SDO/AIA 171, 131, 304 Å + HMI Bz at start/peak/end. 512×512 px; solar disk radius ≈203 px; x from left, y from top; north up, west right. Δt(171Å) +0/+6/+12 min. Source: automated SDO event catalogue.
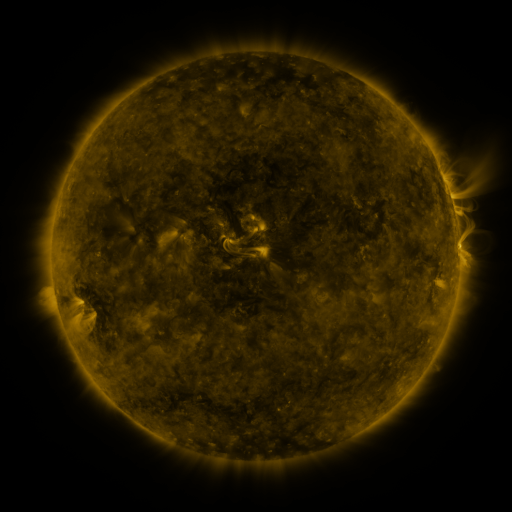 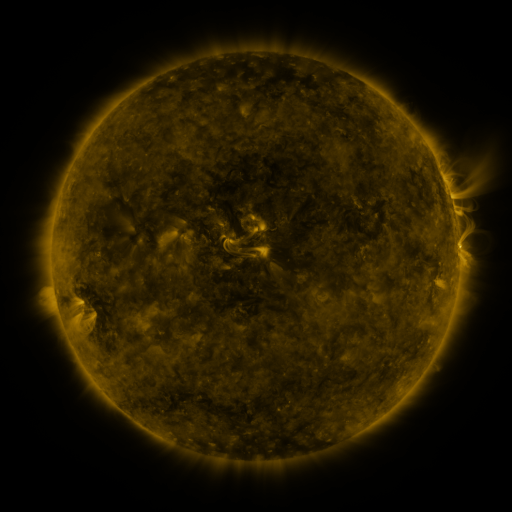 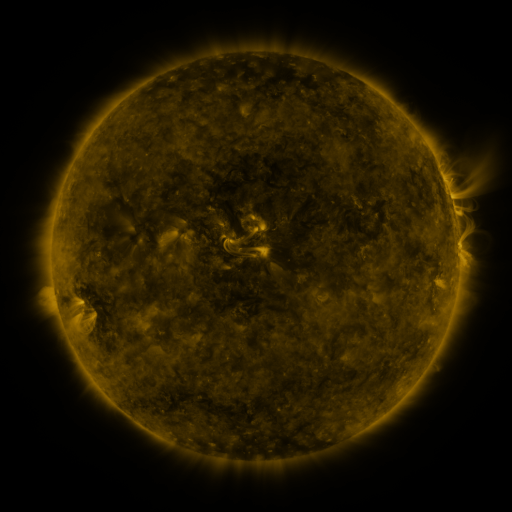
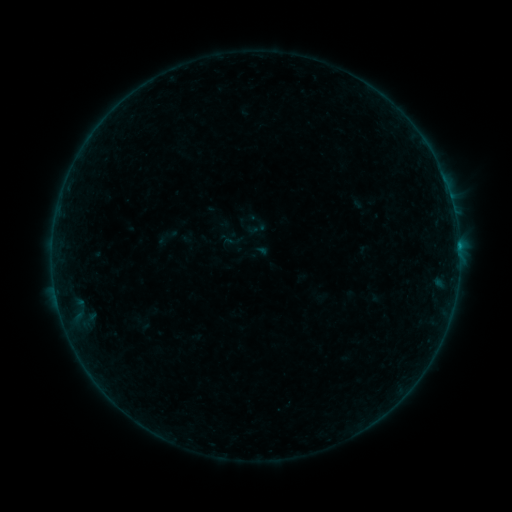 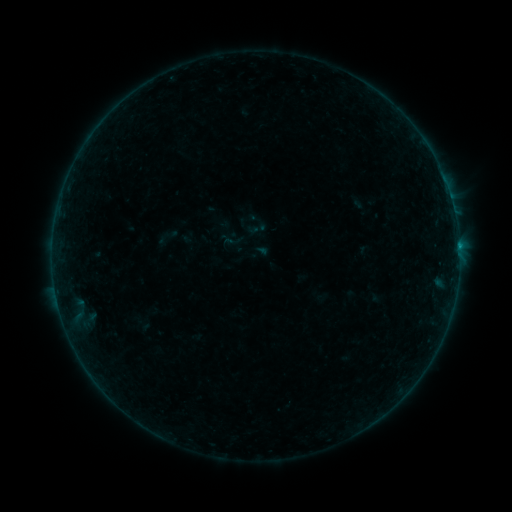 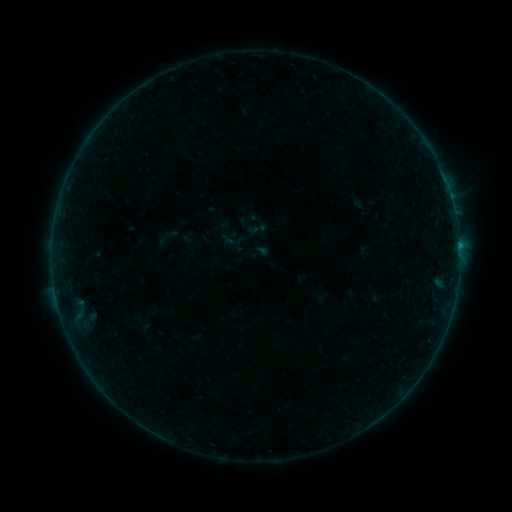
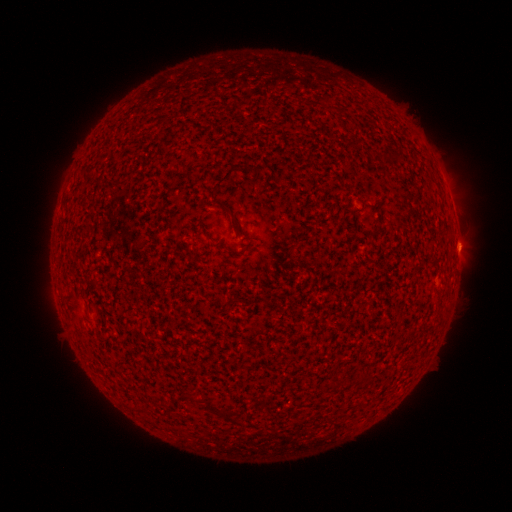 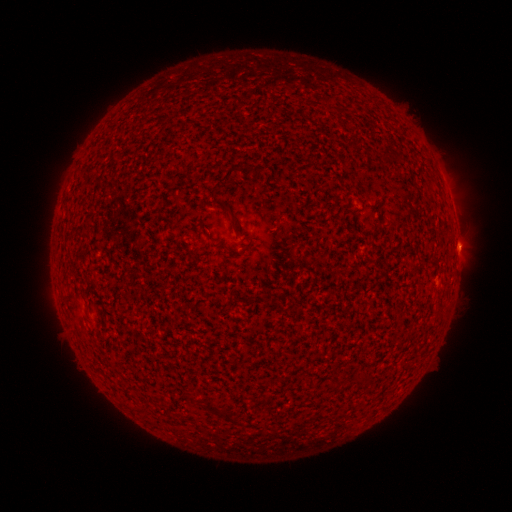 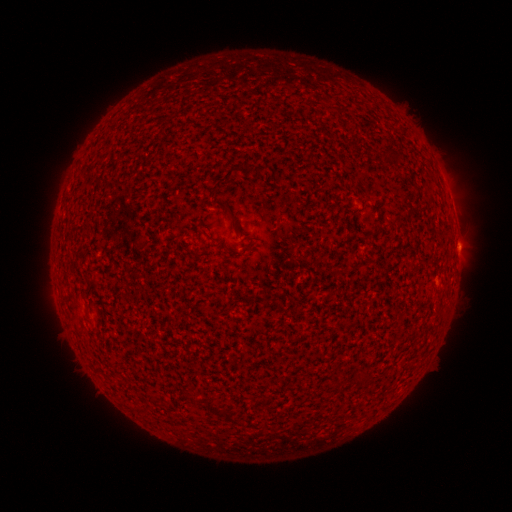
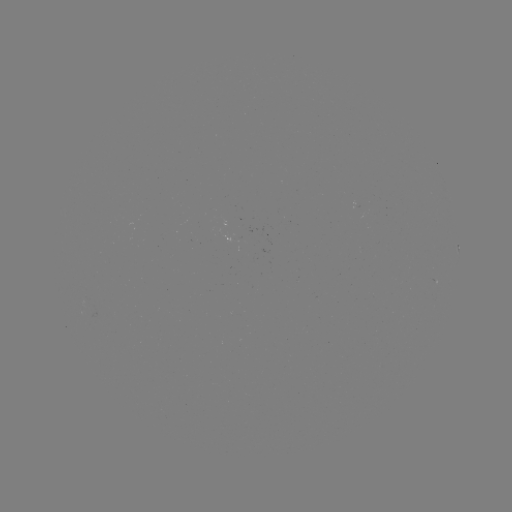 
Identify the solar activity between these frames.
B2.6 flare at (458, 249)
